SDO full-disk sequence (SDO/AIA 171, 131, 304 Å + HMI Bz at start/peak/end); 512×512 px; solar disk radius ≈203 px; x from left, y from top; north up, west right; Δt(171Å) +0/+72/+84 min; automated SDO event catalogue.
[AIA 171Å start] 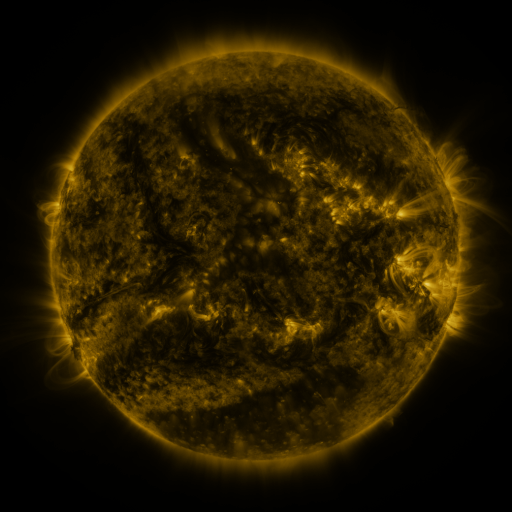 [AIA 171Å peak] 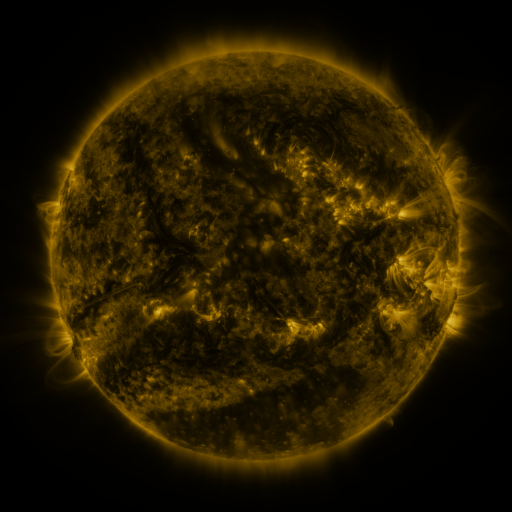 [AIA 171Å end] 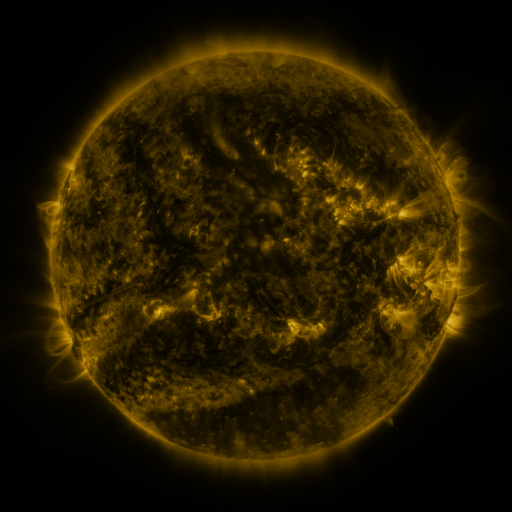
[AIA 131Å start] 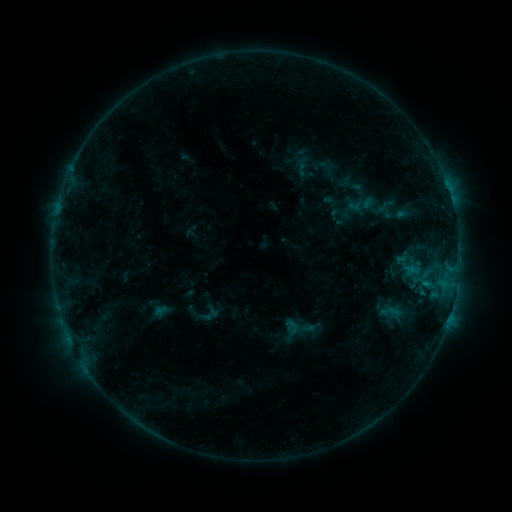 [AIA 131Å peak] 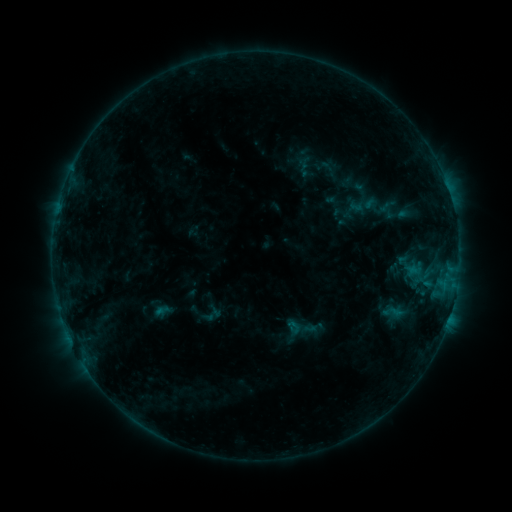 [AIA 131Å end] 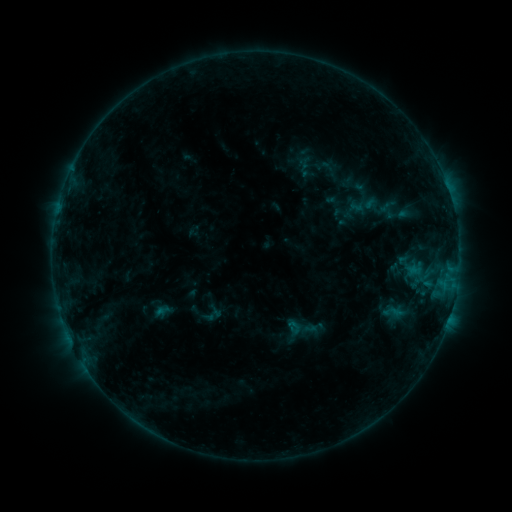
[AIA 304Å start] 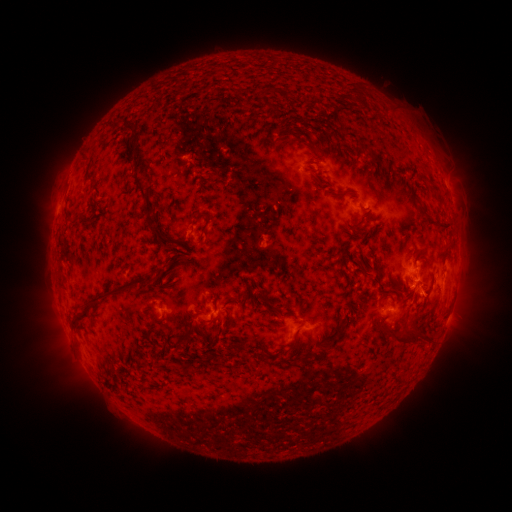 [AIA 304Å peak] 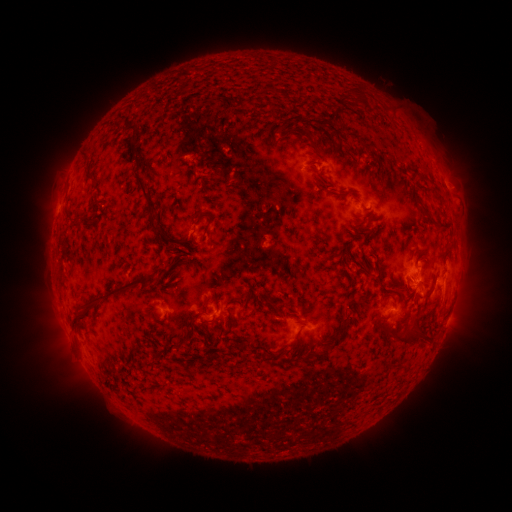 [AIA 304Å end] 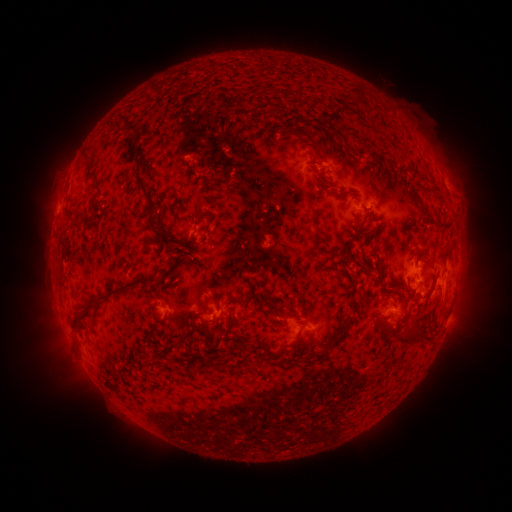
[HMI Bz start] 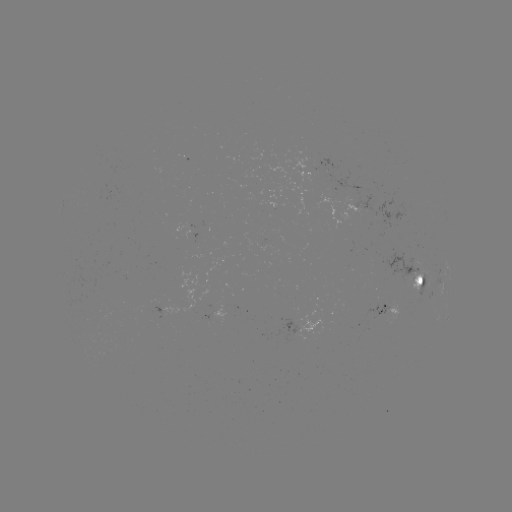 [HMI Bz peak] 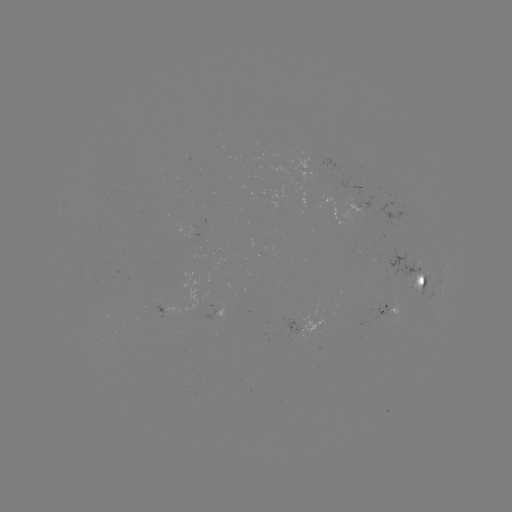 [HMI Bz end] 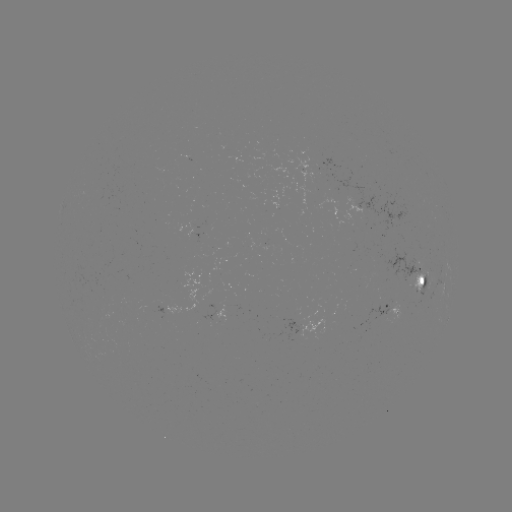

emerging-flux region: (198, 287, 216, 320)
